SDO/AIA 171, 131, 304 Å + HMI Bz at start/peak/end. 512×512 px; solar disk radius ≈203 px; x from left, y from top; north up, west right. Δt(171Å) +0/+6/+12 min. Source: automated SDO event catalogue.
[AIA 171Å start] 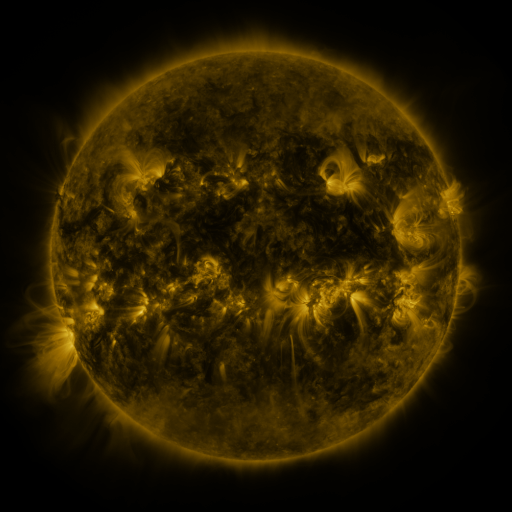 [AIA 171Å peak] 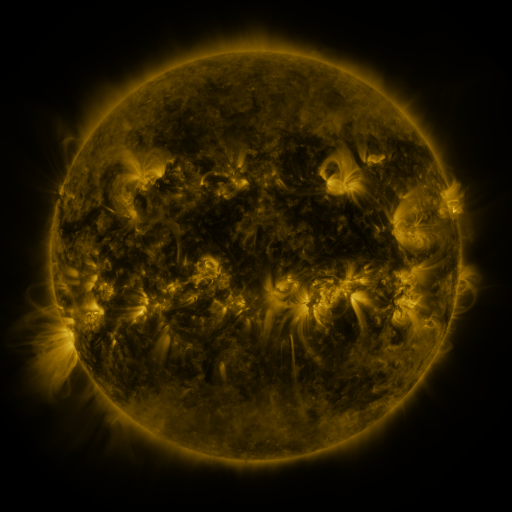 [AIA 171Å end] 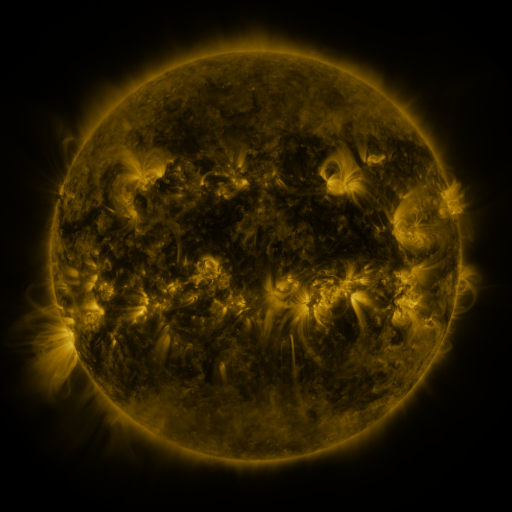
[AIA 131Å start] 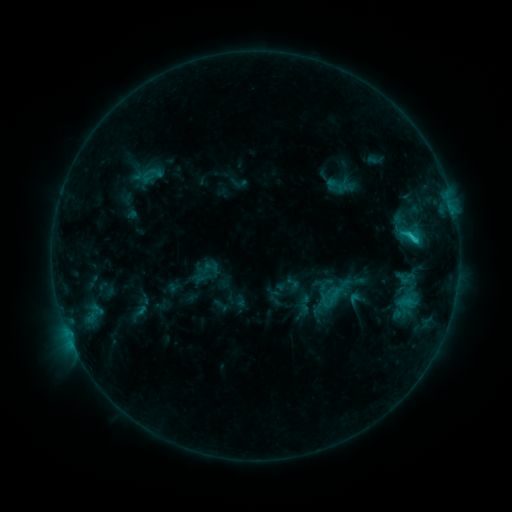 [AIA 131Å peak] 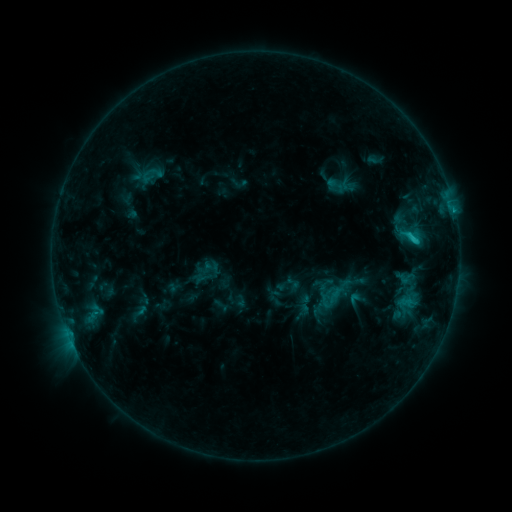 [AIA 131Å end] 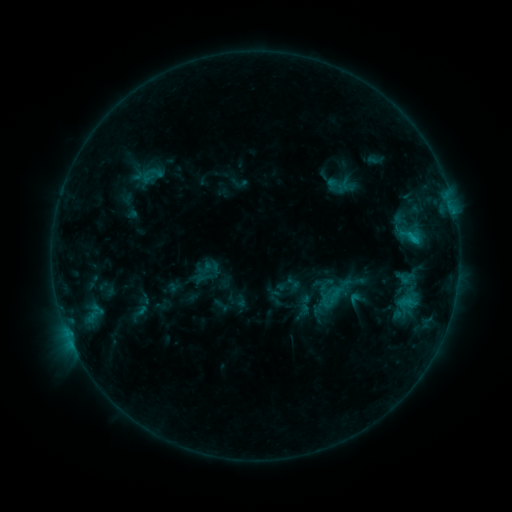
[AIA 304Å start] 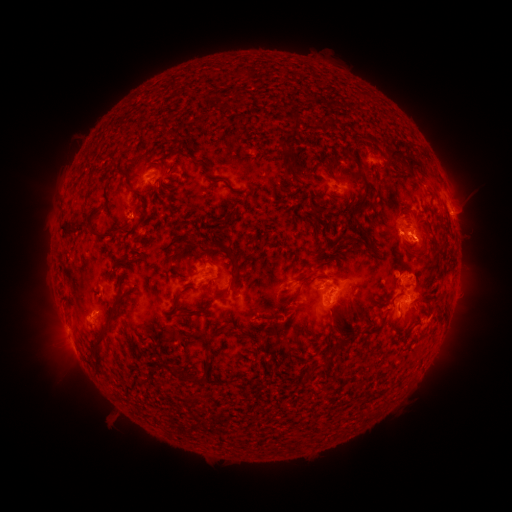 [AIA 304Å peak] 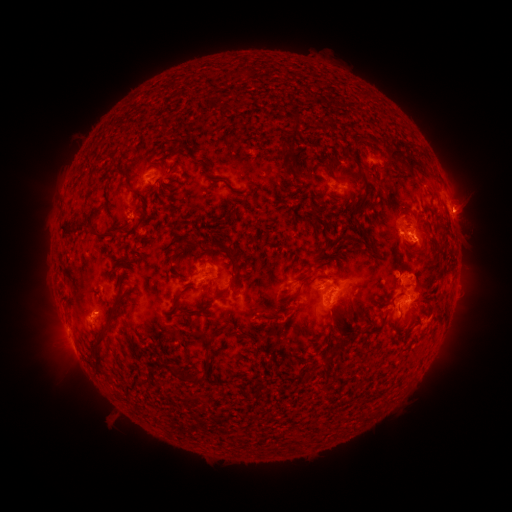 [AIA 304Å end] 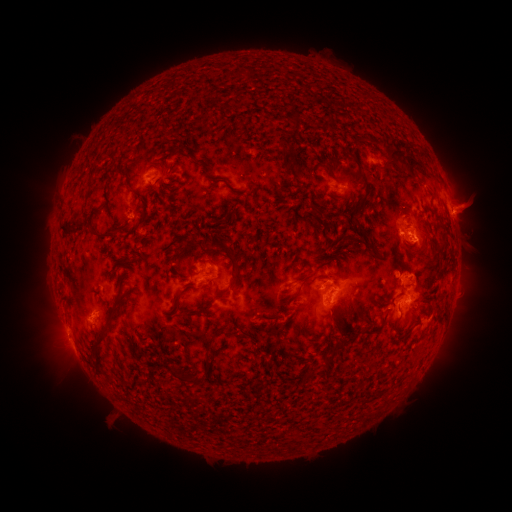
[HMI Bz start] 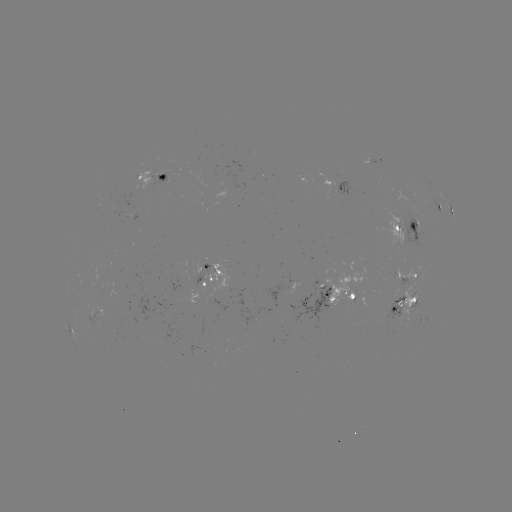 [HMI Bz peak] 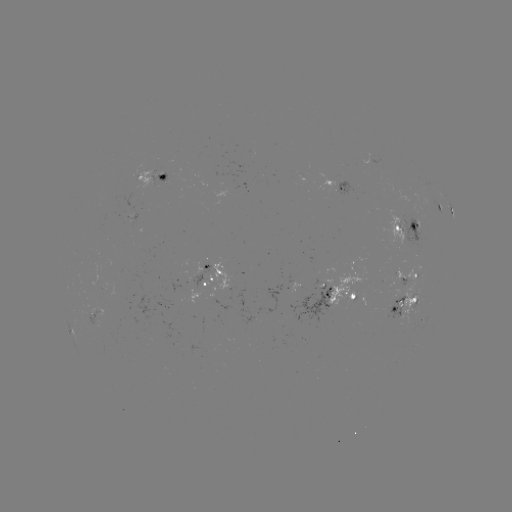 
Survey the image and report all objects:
eruption: (466, 207)
